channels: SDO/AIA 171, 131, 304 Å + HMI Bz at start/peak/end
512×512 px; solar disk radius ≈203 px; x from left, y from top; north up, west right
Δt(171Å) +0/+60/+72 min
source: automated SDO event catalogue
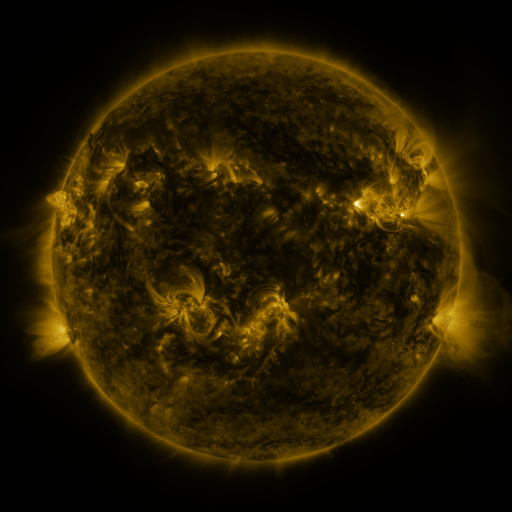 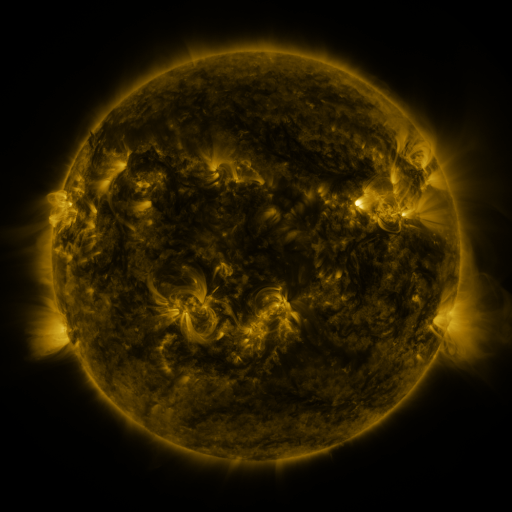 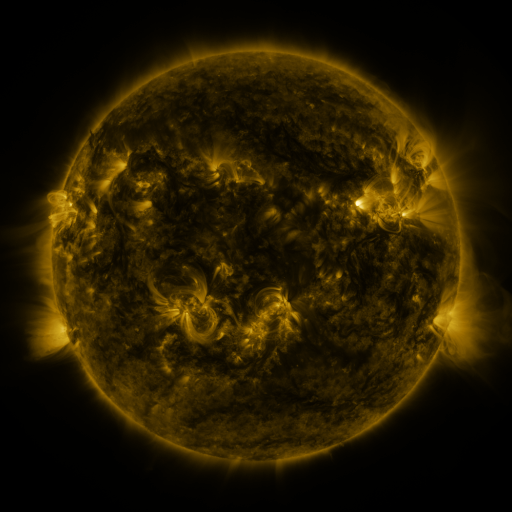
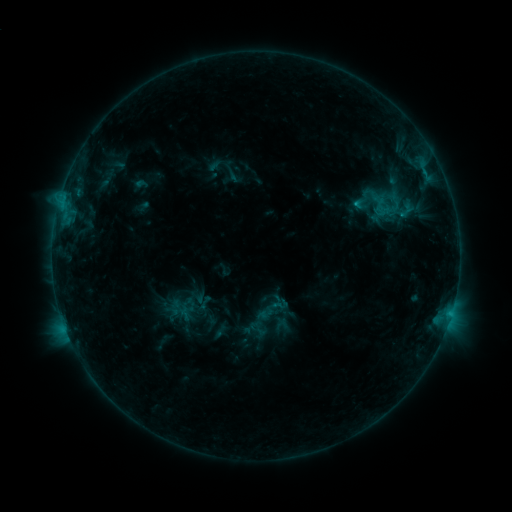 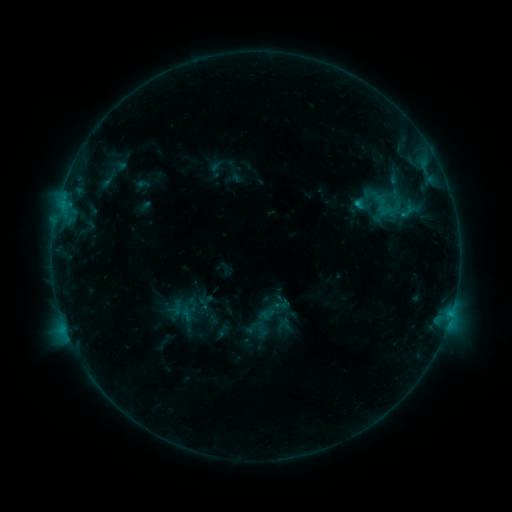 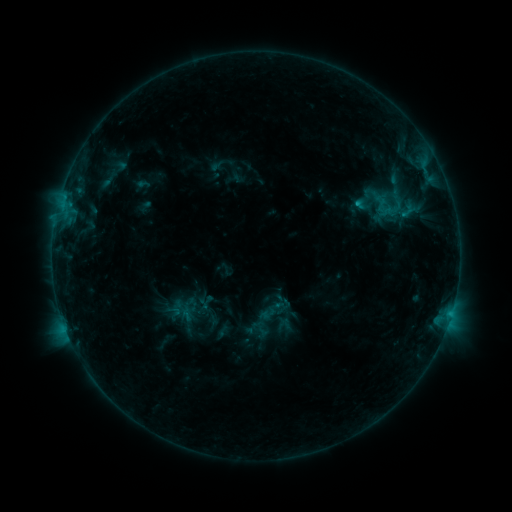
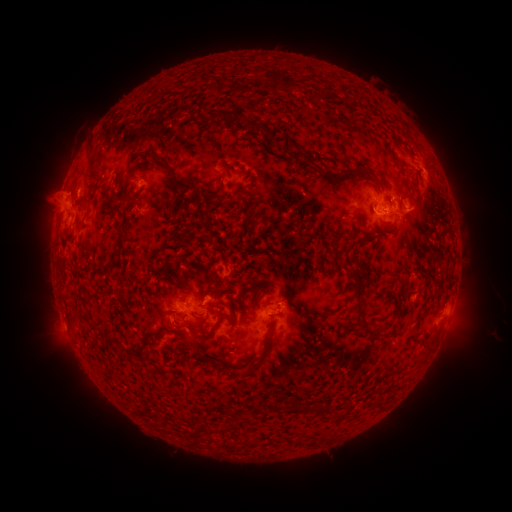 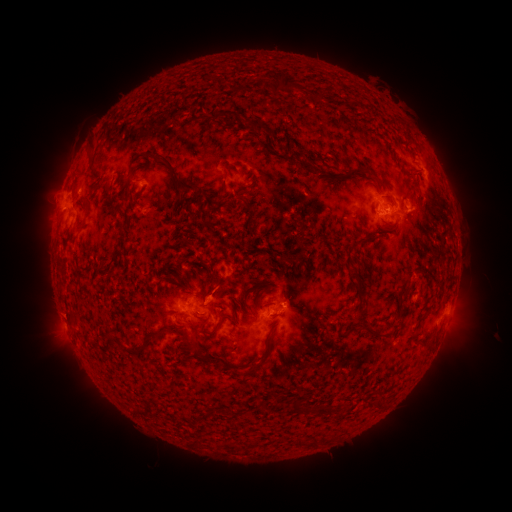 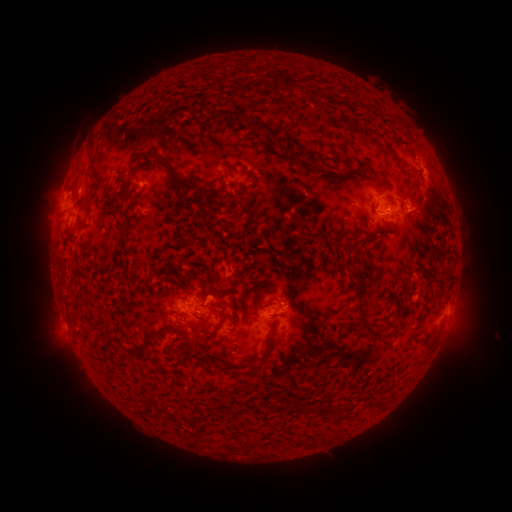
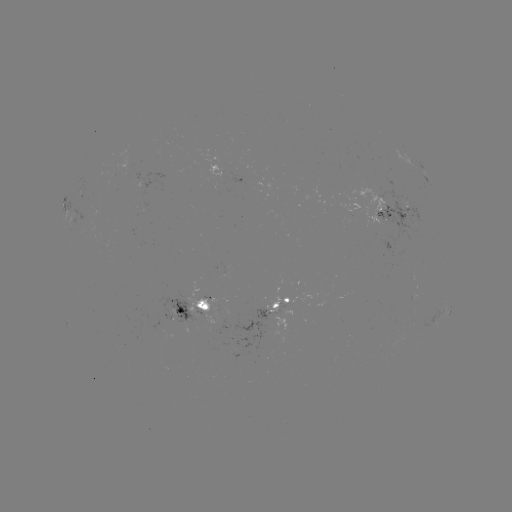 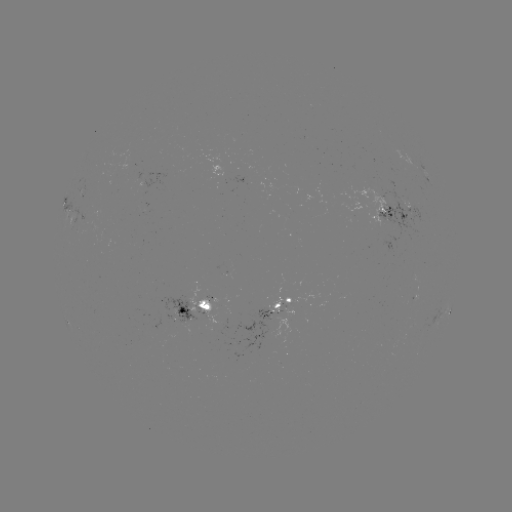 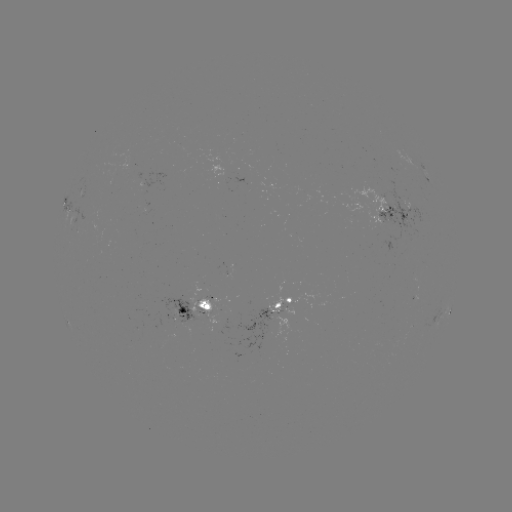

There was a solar emerging-flux region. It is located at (202, 309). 